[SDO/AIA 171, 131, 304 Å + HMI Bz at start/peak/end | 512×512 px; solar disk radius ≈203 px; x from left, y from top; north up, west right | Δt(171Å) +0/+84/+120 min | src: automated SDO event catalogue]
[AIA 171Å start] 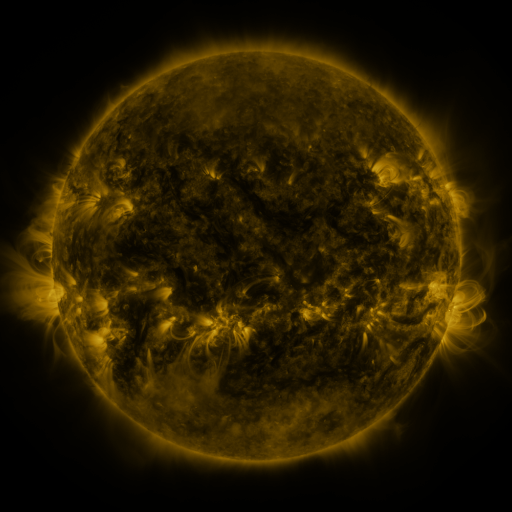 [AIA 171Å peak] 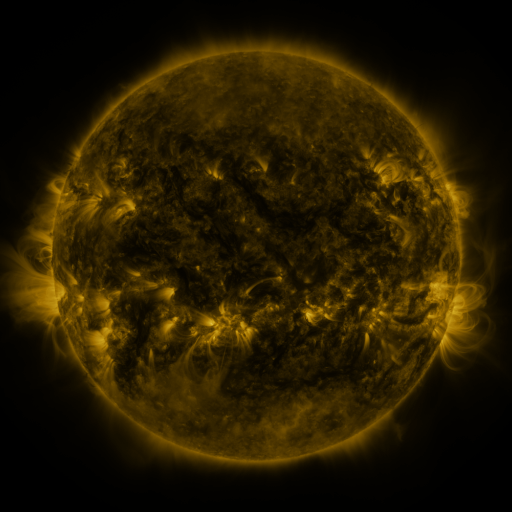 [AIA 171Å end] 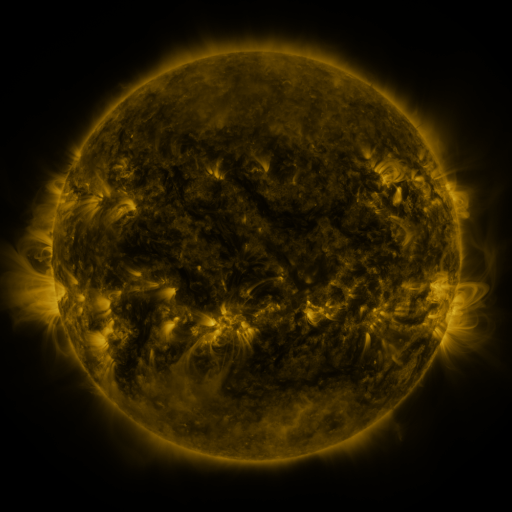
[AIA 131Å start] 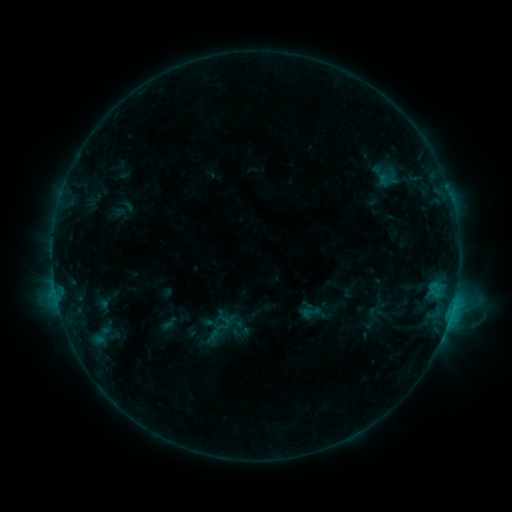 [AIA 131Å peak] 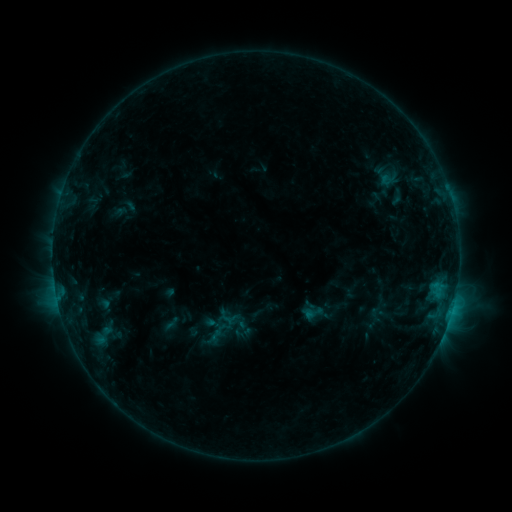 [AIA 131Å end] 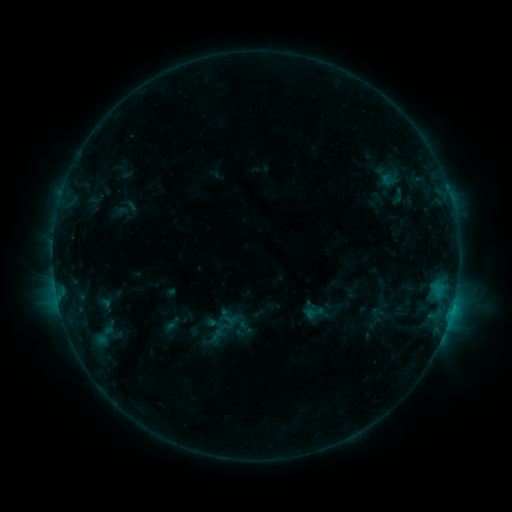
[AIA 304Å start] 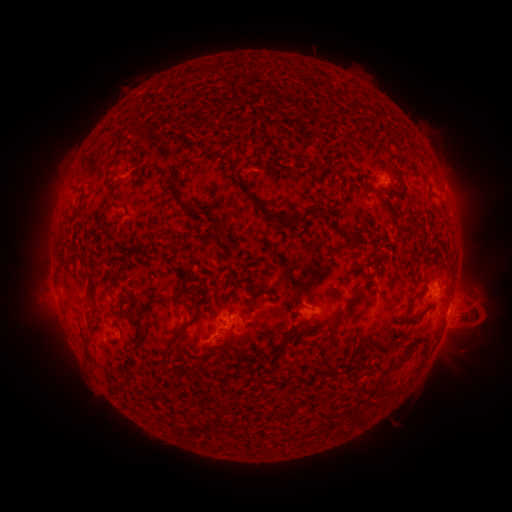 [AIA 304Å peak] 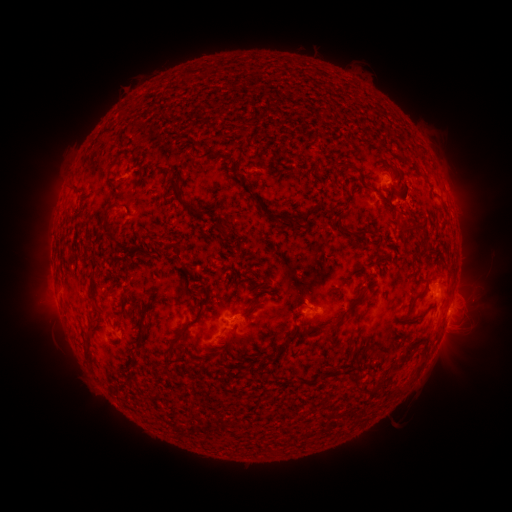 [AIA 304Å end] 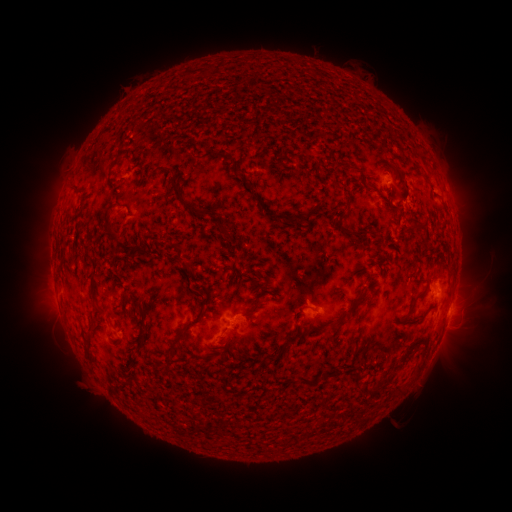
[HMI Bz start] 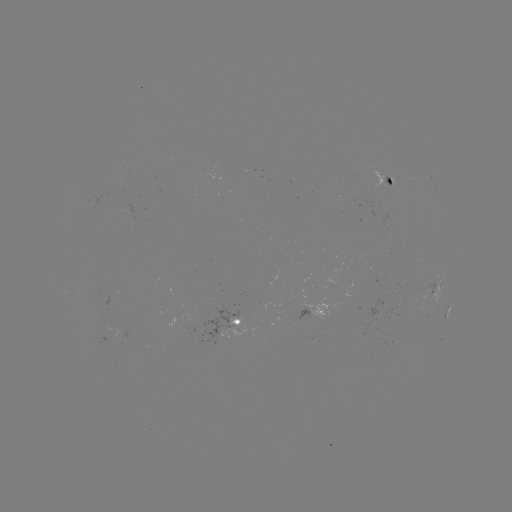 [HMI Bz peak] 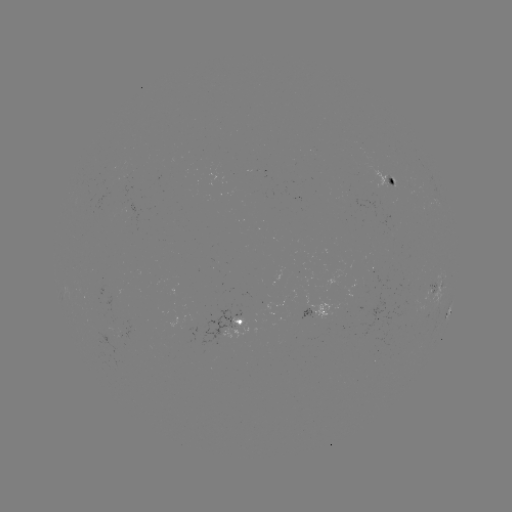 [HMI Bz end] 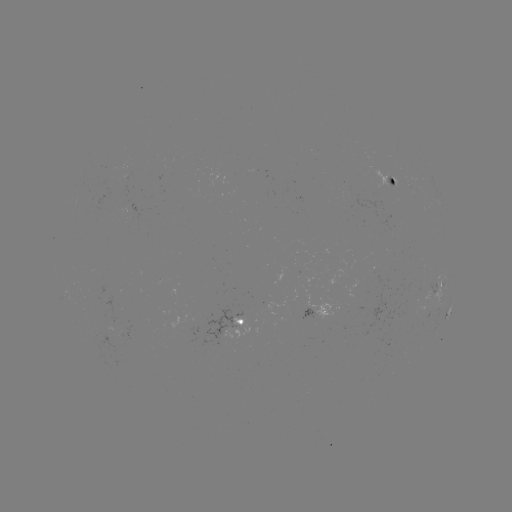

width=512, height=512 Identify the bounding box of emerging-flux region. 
[104, 324, 115, 332].